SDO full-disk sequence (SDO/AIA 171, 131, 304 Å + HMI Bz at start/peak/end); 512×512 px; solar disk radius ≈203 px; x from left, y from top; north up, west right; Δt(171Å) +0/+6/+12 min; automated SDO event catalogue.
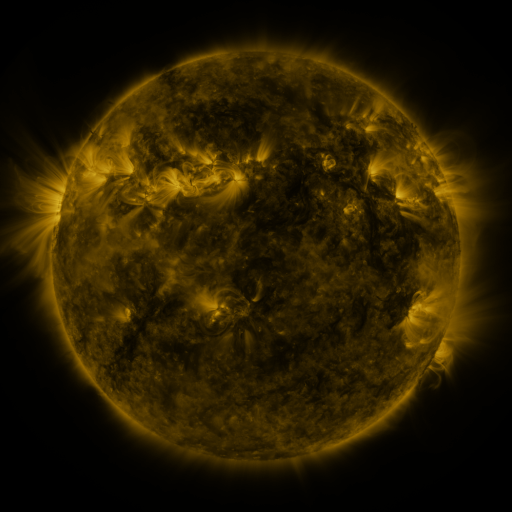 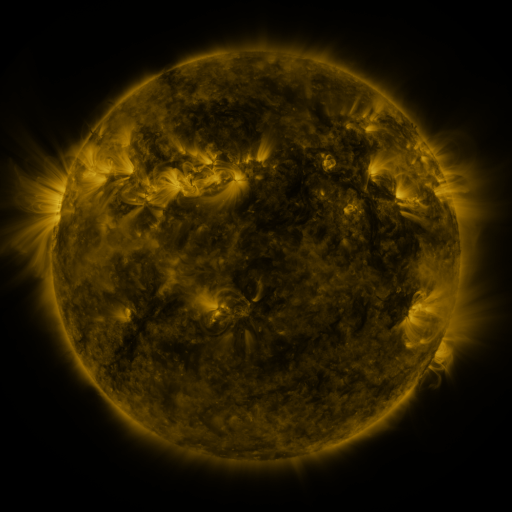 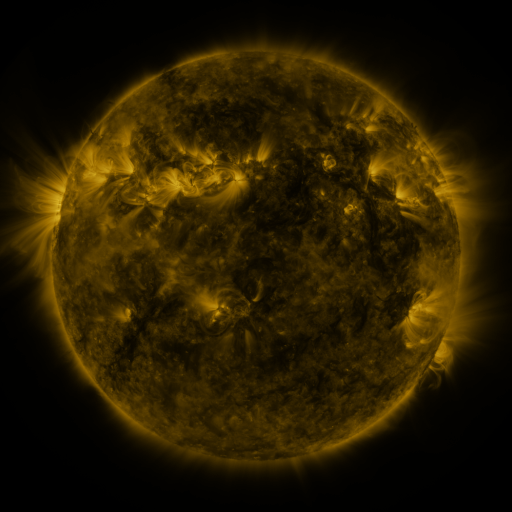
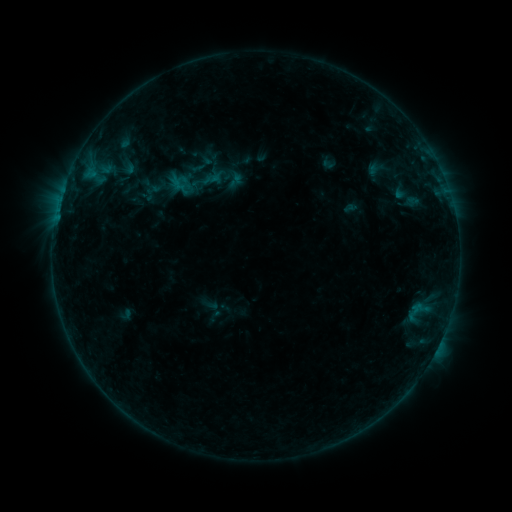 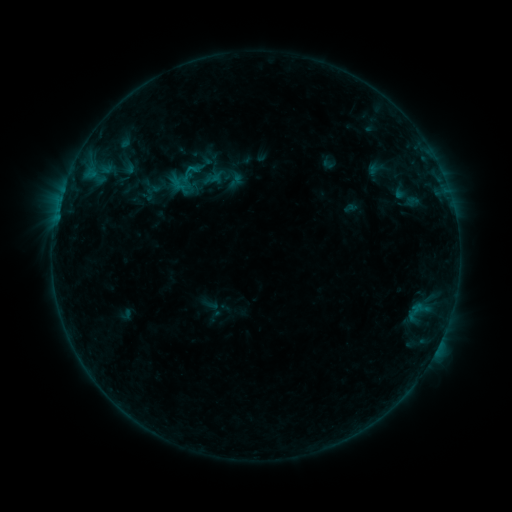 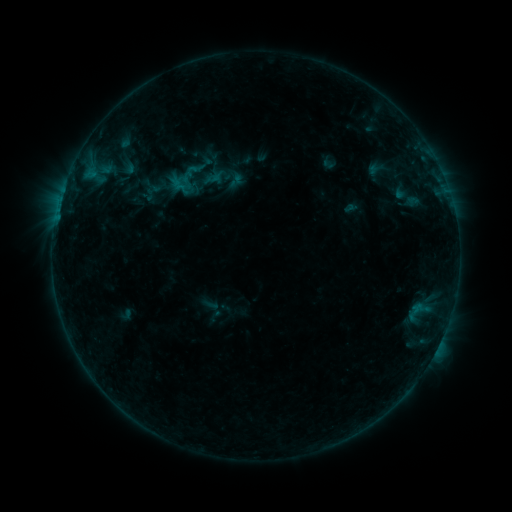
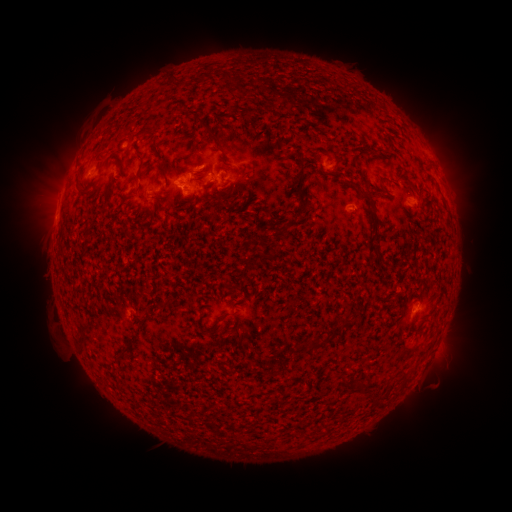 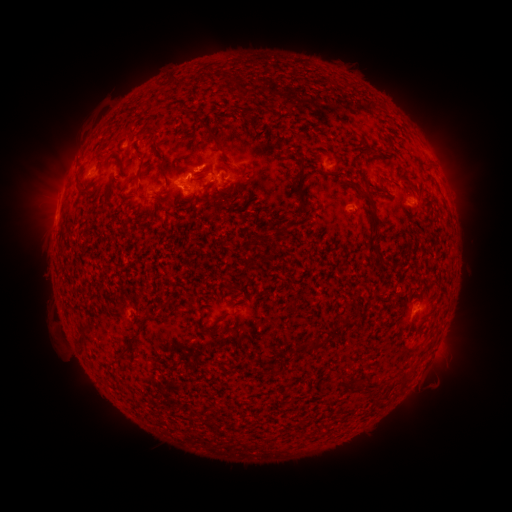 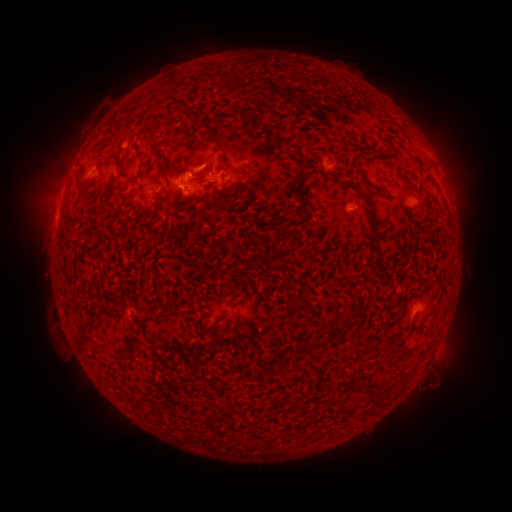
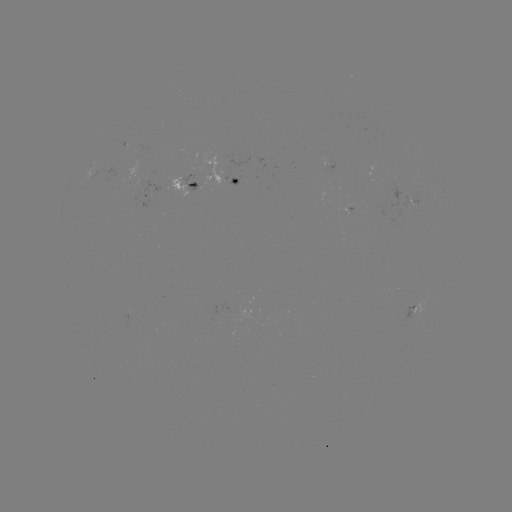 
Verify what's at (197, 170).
B4.5 flare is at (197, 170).